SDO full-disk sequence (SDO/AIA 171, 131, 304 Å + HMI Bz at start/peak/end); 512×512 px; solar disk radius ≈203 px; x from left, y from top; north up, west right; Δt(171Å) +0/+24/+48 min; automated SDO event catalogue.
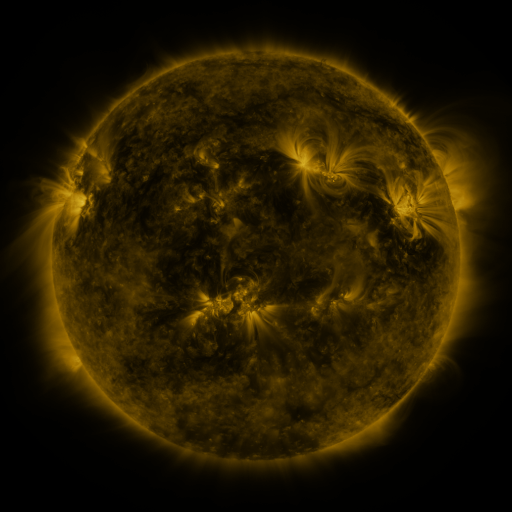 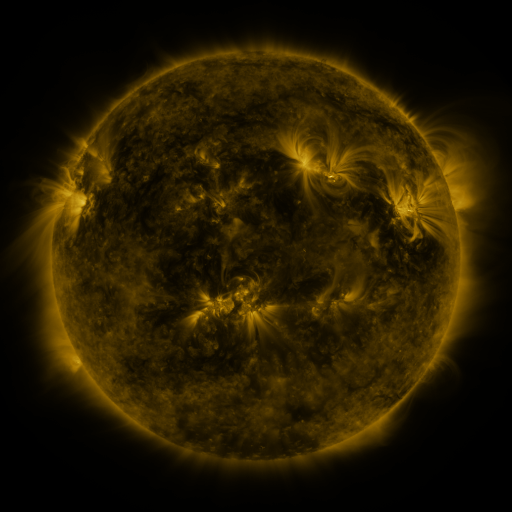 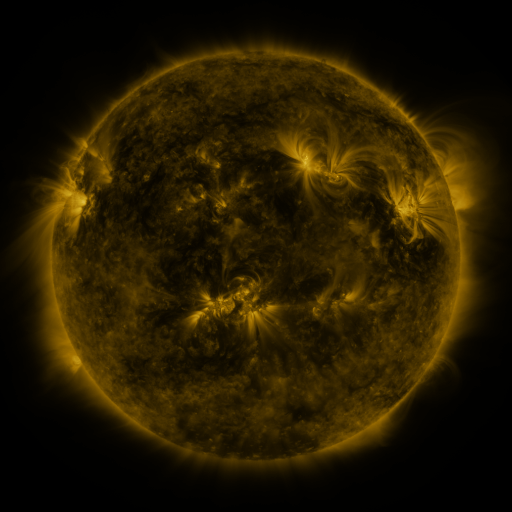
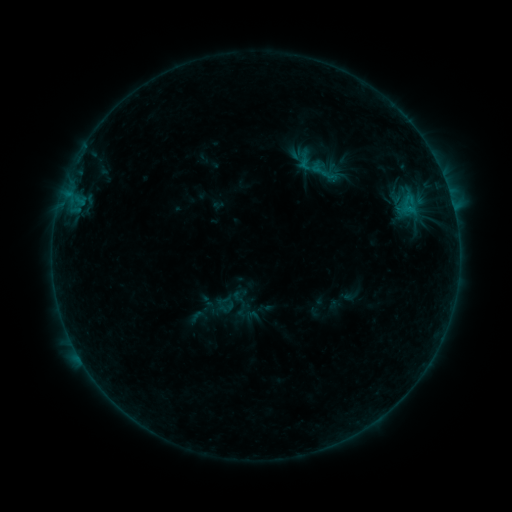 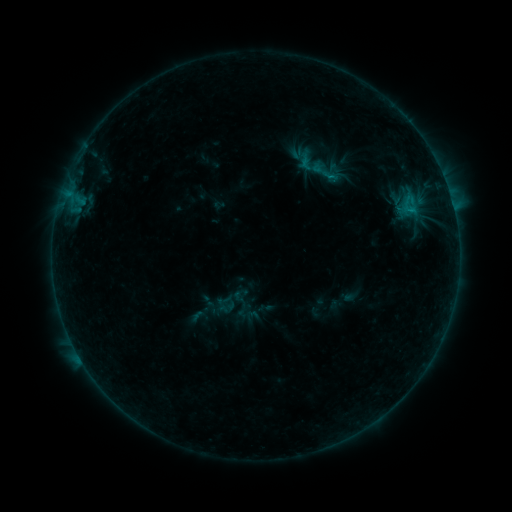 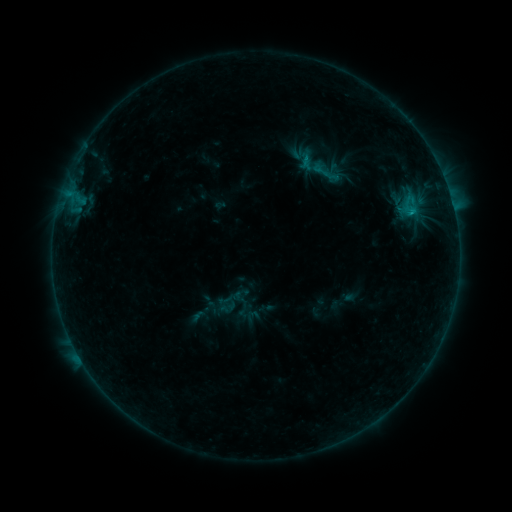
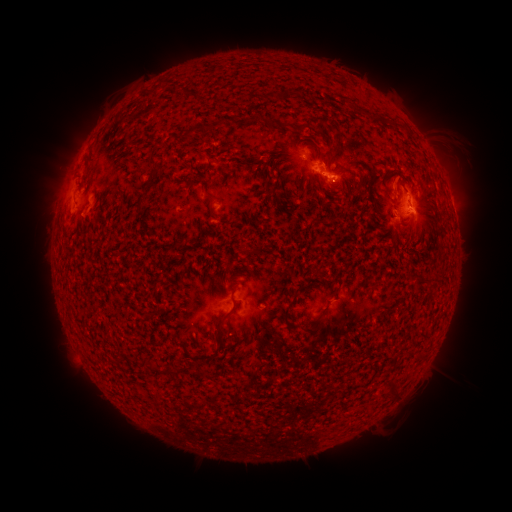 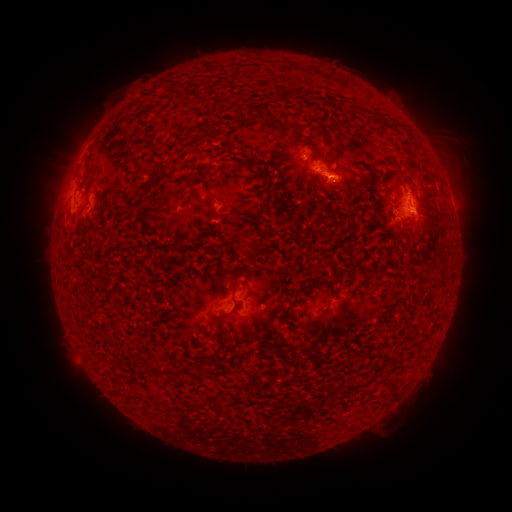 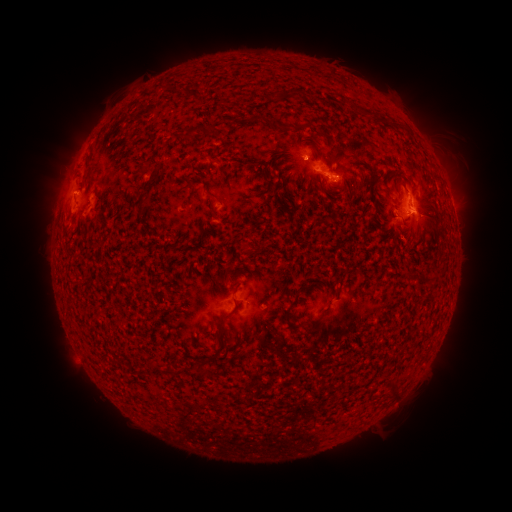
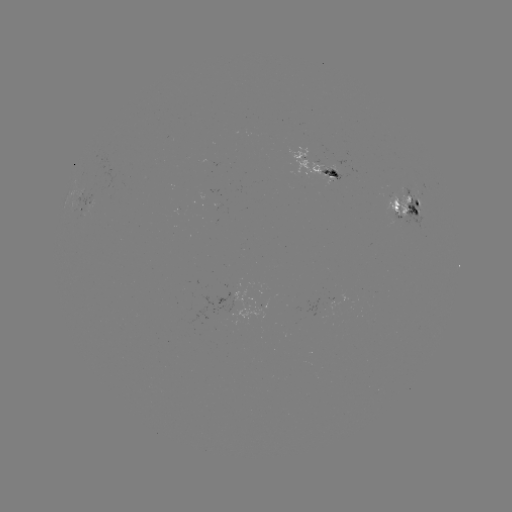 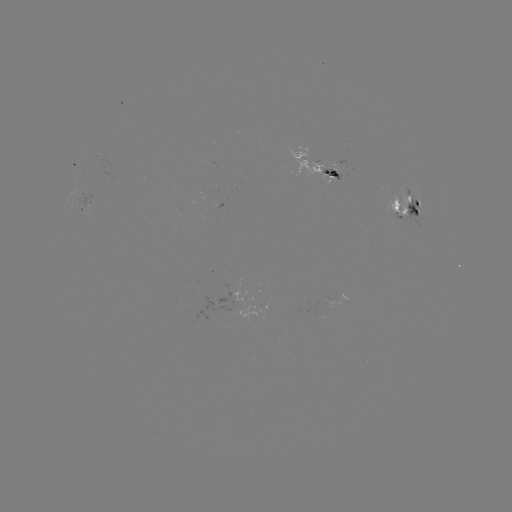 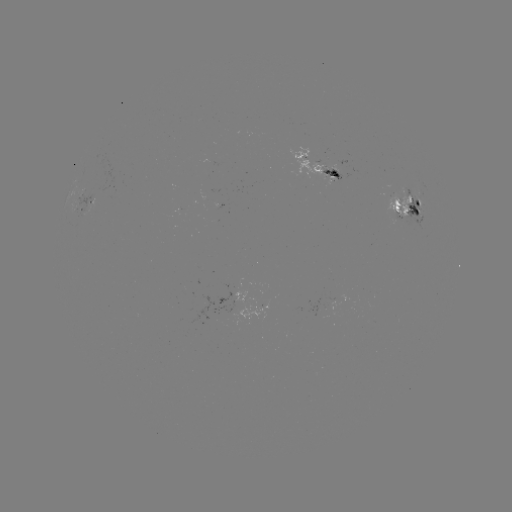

no flare in any classed list; no EUV-trigger detection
